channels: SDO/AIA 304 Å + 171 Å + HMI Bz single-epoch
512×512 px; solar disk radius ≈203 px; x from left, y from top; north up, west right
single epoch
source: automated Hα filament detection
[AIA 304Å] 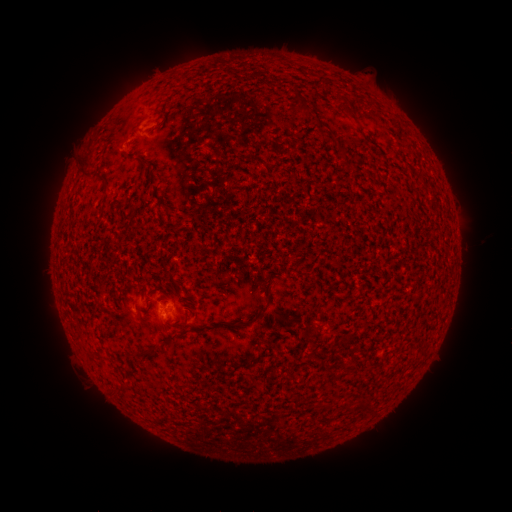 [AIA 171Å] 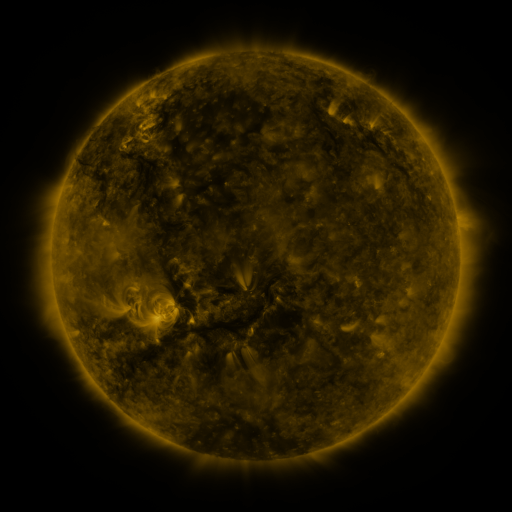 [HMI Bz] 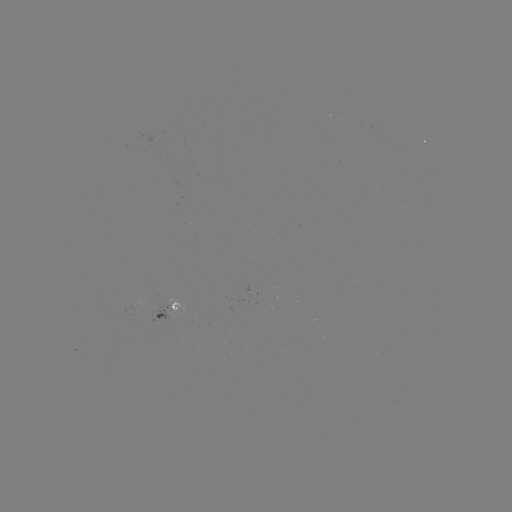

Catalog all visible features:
filament: [297, 100, 311, 116]
filament: [126, 124, 136, 136]
filament: [336, 145, 347, 158]
filament: [78, 157, 93, 181]
filament: [140, 158, 149, 166]
filament: [102, 183, 110, 192]
filament: [231, 300, 270, 327]
filament: [139, 347, 153, 356]
filament: [111, 382, 127, 396]
